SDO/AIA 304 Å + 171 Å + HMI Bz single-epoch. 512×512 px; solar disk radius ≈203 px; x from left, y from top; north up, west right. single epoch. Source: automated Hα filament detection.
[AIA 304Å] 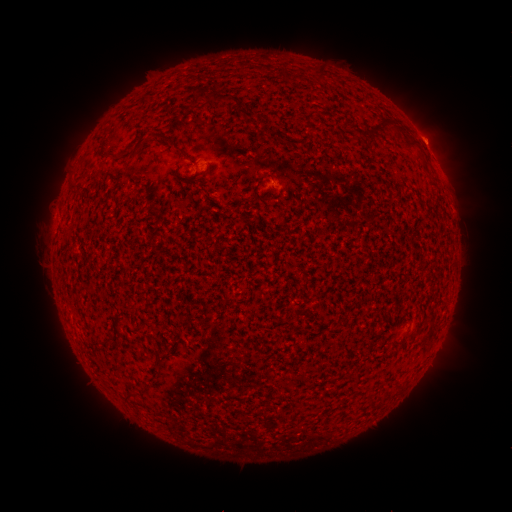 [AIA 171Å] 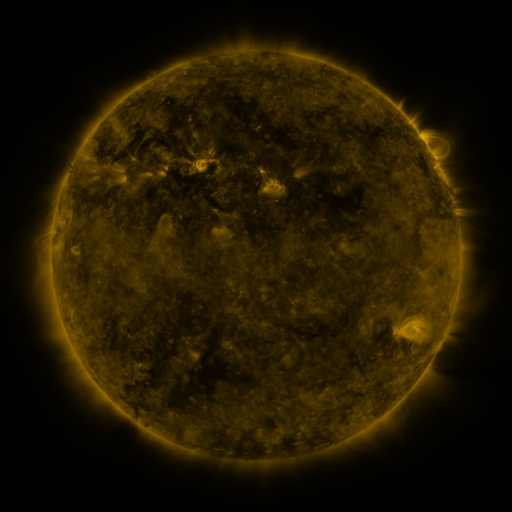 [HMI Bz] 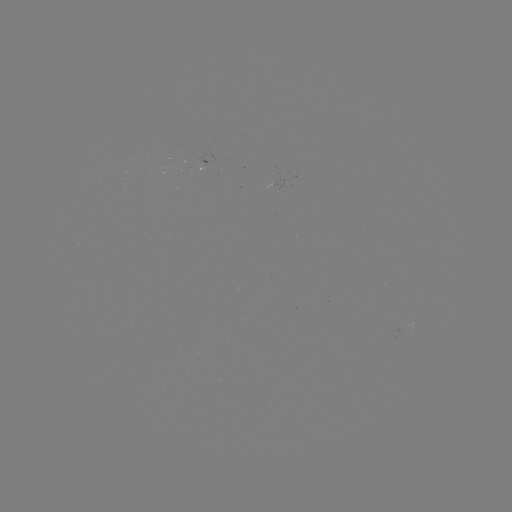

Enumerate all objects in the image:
filament: [316, 68, 327, 80]
filament: [209, 90, 232, 103]
filament: [192, 94, 200, 106]
filament: [238, 107, 259, 120]
filament: [371, 121, 404, 136]
filament: [148, 131, 177, 147]
filament: [269, 132, 278, 142]
filament: [288, 139, 304, 147]
filament: [405, 140, 424, 153]
filament: [116, 143, 131, 157]
filament: [351, 374, 359, 386]
filament: [121, 389, 134, 401]
filament: [366, 399, 375, 412]
